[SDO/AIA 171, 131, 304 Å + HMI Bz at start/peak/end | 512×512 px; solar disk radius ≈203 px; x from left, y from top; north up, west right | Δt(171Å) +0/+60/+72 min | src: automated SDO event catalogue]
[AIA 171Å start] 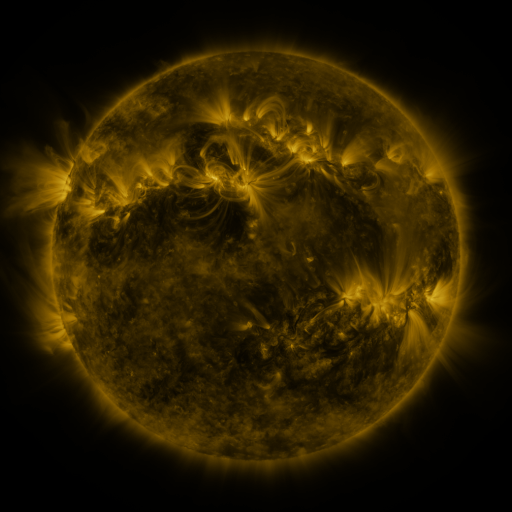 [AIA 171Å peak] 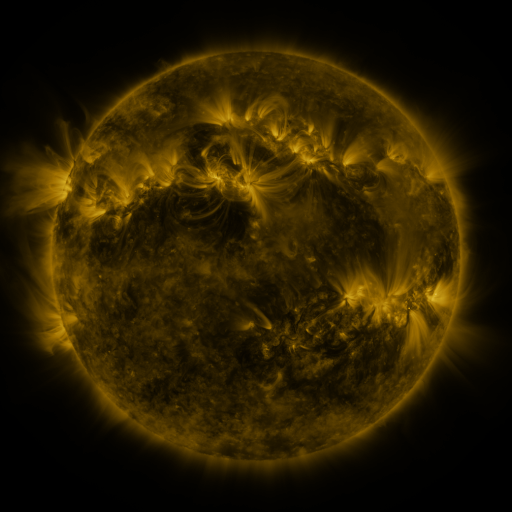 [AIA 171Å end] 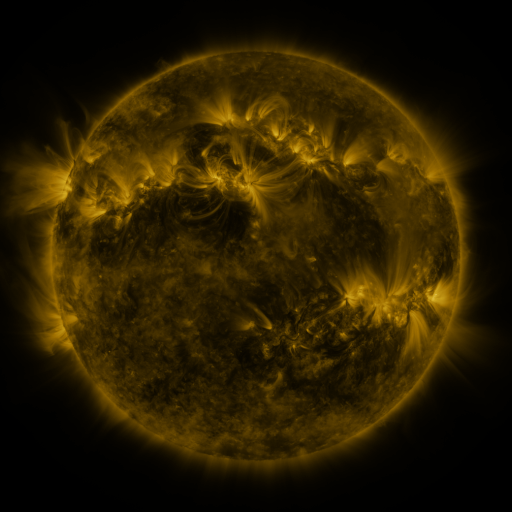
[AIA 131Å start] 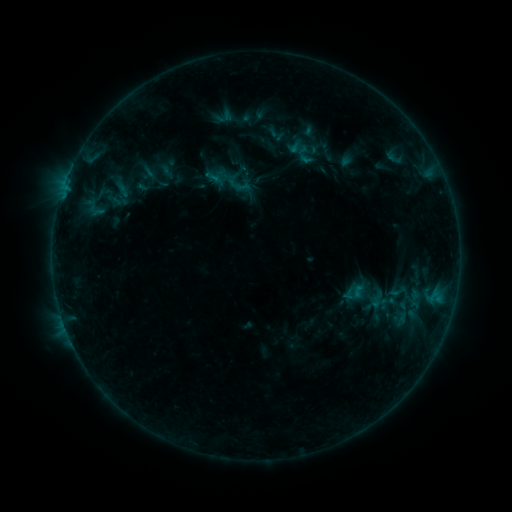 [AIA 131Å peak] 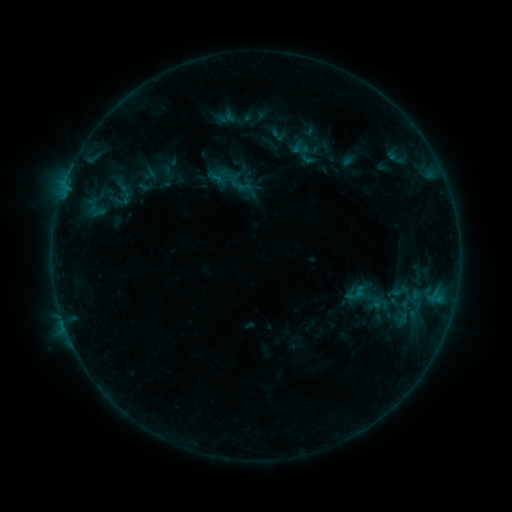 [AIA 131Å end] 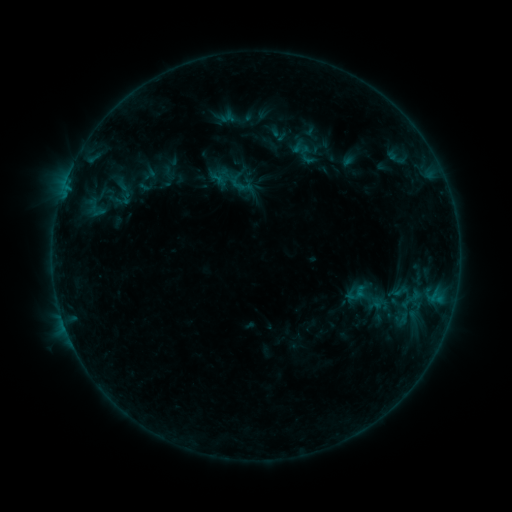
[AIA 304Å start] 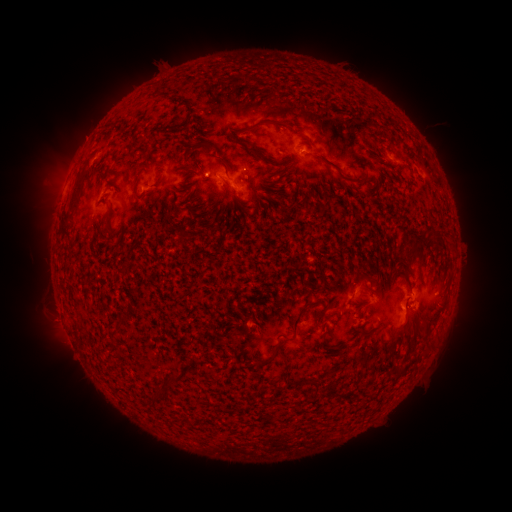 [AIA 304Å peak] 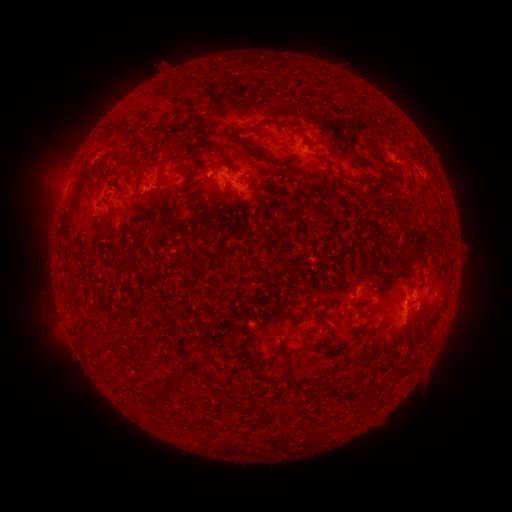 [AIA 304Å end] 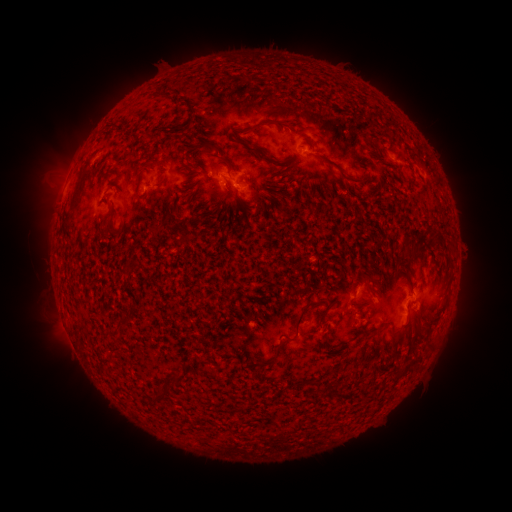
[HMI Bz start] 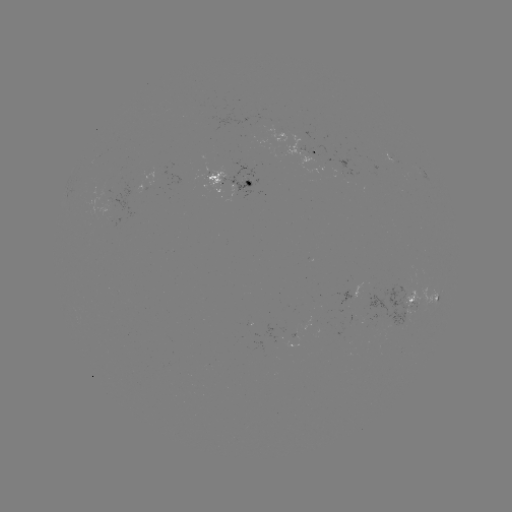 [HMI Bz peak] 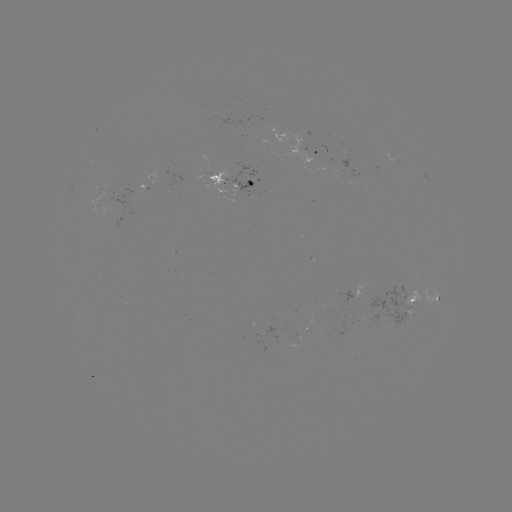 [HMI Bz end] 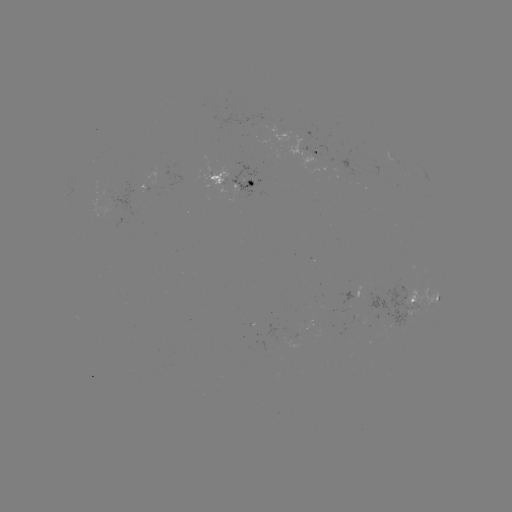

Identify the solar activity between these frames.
emerging-flux region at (350, 297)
